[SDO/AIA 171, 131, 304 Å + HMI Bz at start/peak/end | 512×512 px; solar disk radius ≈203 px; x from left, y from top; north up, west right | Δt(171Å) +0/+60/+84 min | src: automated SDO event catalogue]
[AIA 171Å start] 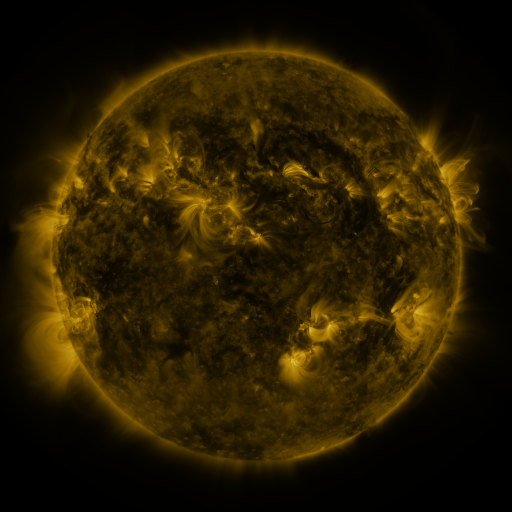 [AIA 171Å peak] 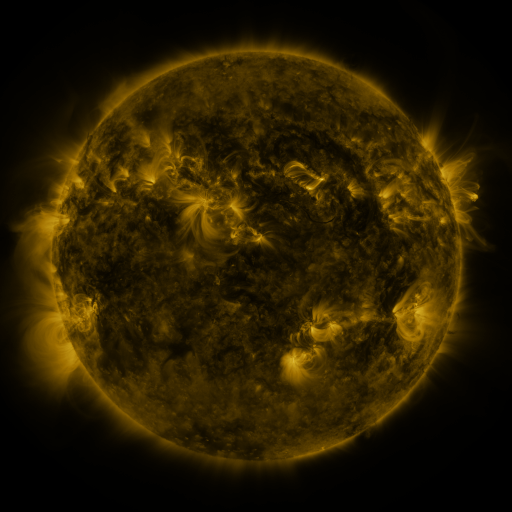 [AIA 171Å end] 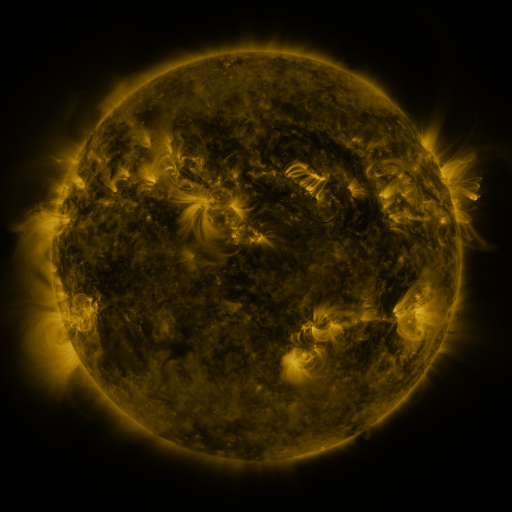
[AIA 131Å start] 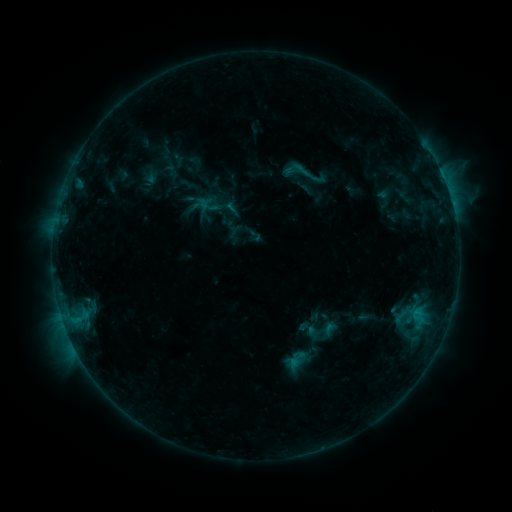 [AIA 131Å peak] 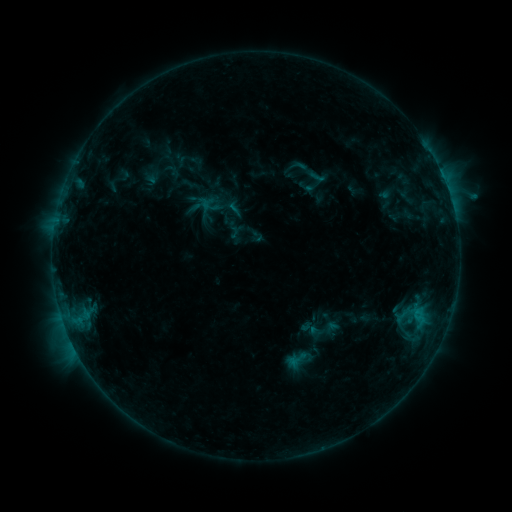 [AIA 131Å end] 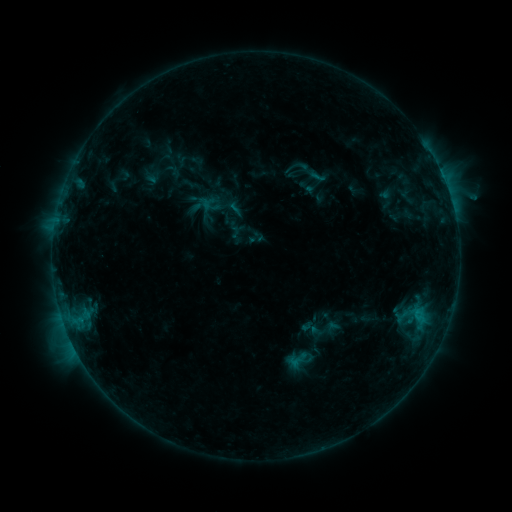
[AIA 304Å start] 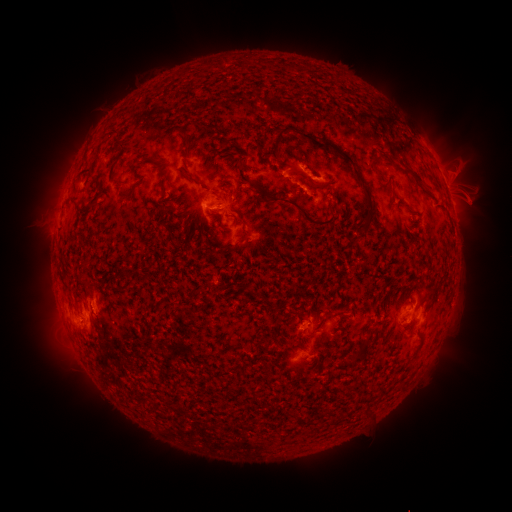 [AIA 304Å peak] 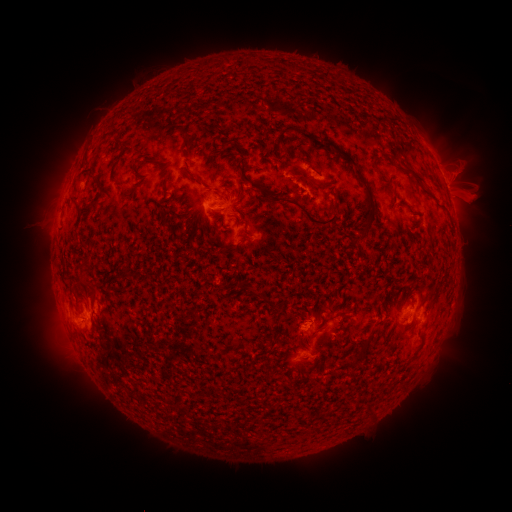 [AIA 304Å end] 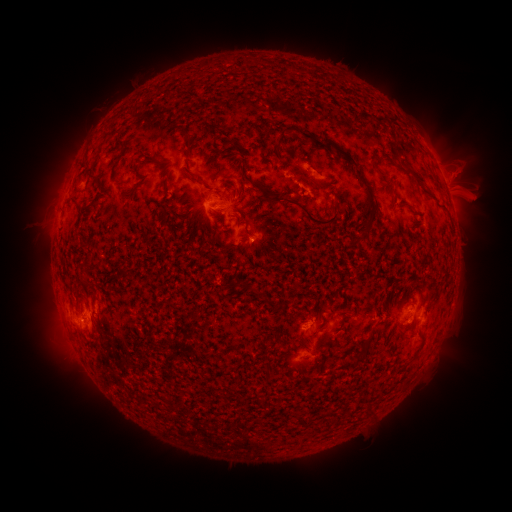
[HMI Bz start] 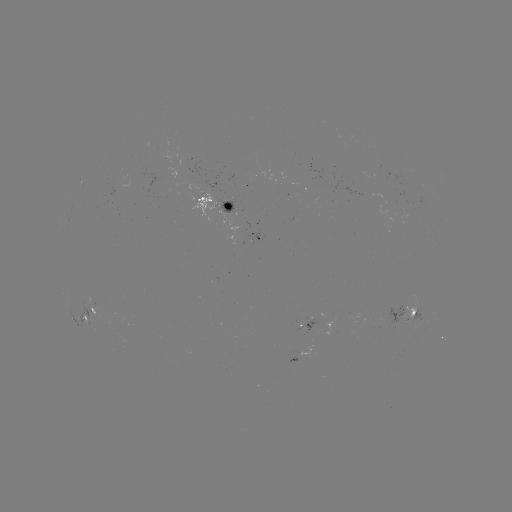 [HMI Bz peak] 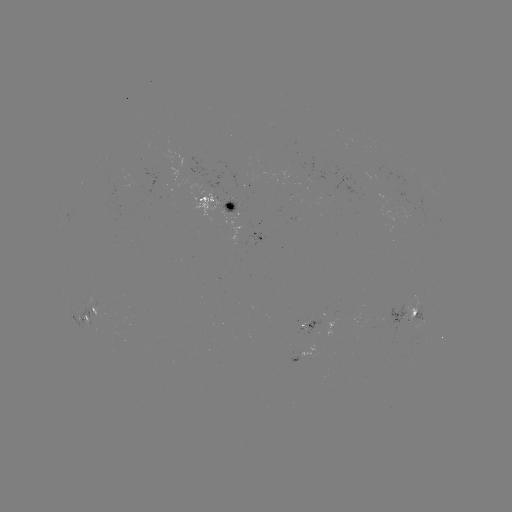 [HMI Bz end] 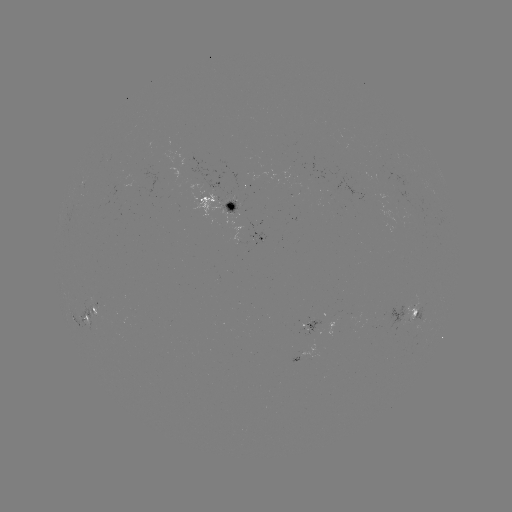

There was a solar emerging-flux region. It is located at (370, 324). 